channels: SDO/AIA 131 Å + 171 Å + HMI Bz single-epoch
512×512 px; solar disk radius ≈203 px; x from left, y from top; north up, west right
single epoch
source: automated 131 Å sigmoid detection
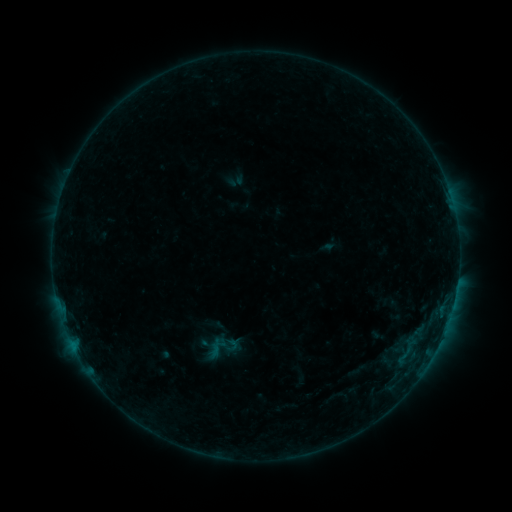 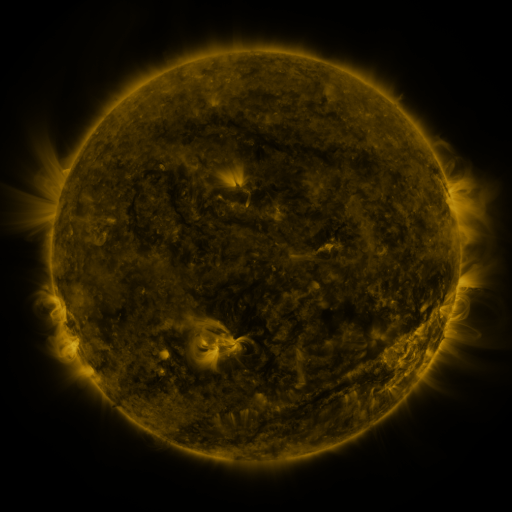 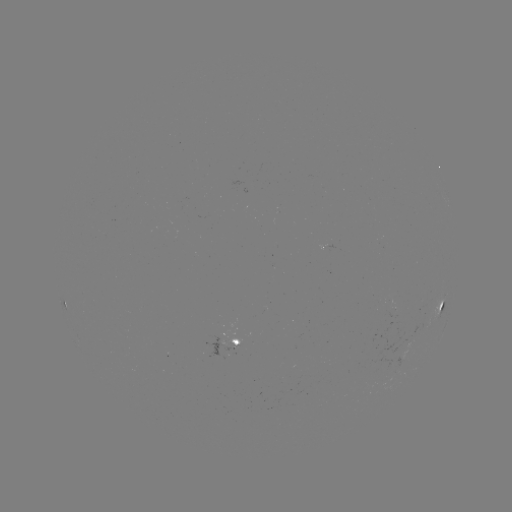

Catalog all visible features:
sigmoid: (201, 330, 240, 366)
